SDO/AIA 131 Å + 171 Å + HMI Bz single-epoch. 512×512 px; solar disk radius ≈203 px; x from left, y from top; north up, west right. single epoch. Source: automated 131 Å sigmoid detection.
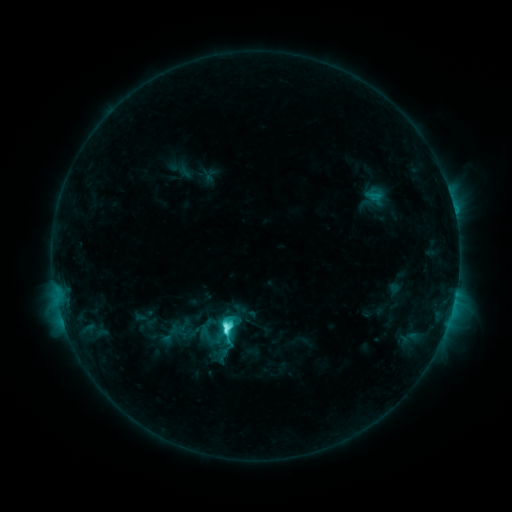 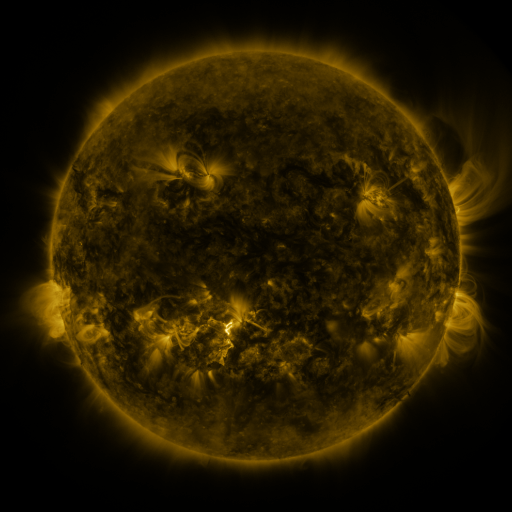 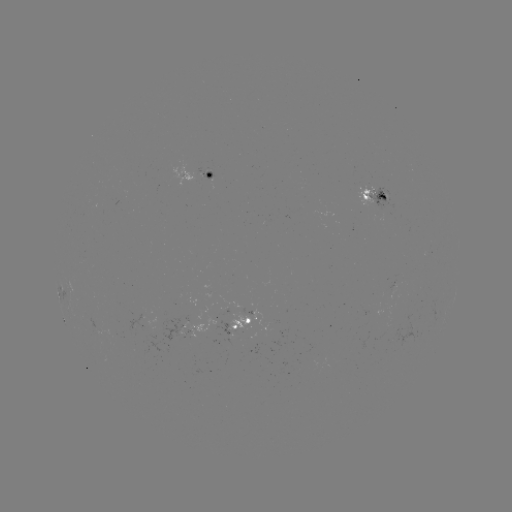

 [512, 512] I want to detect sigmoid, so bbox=[216, 323, 238, 343].